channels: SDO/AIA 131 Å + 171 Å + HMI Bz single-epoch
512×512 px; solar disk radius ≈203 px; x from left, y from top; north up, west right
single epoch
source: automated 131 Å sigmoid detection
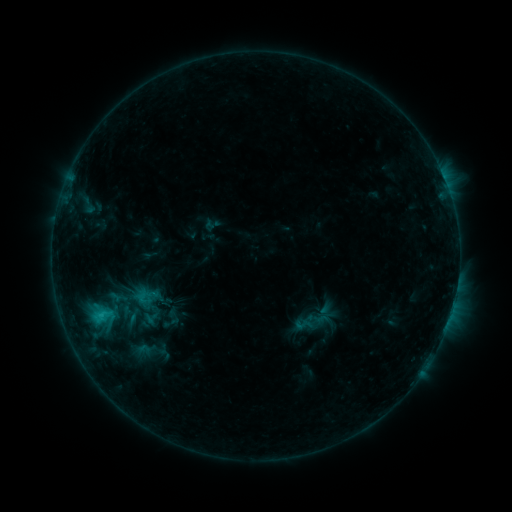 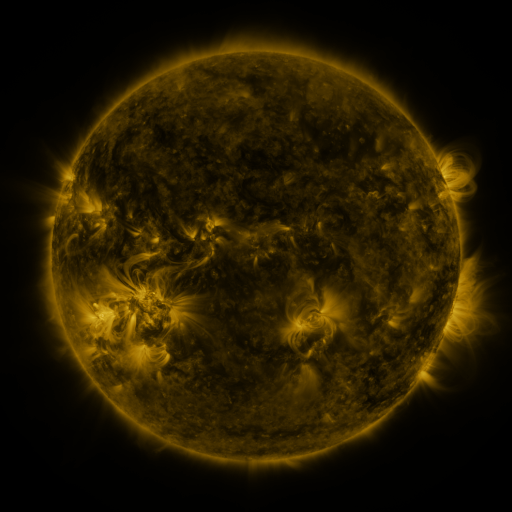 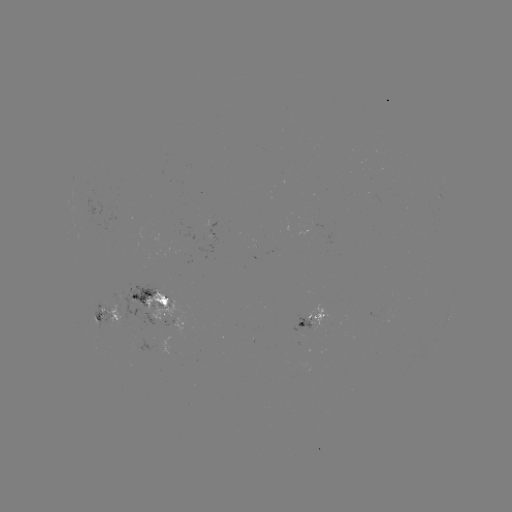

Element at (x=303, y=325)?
sigmoid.